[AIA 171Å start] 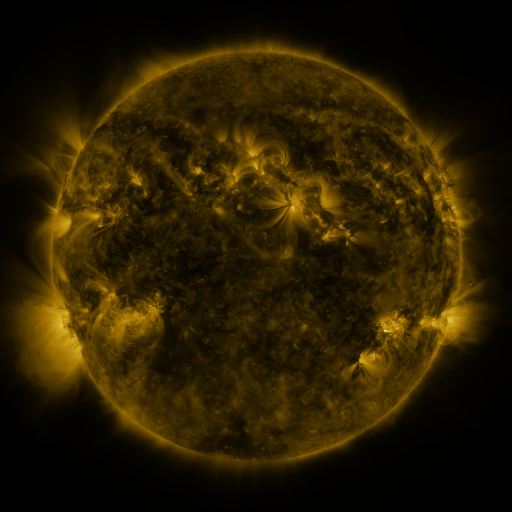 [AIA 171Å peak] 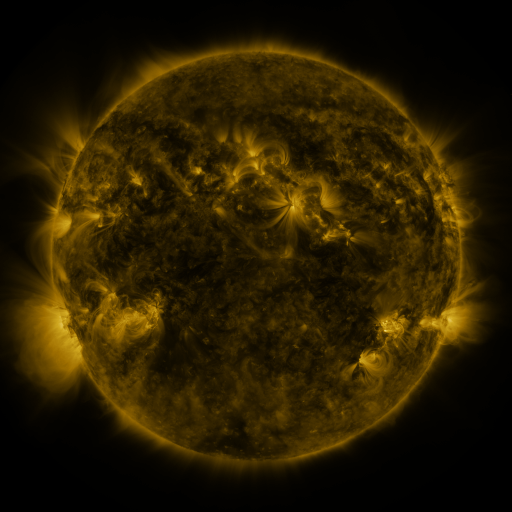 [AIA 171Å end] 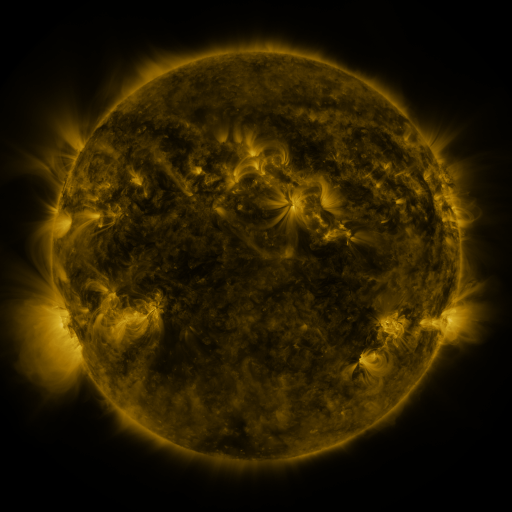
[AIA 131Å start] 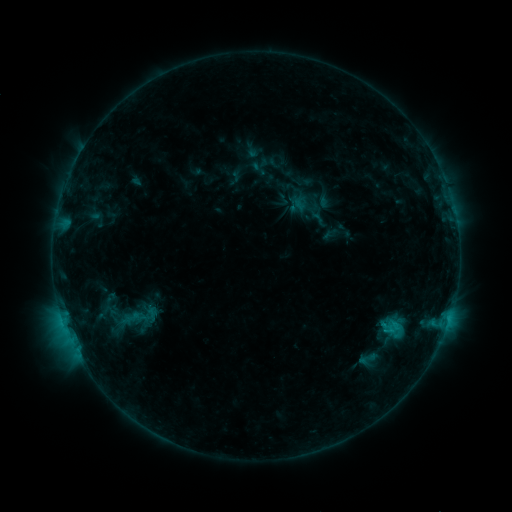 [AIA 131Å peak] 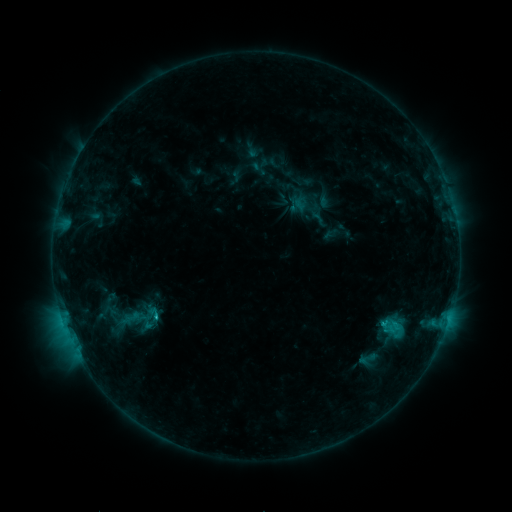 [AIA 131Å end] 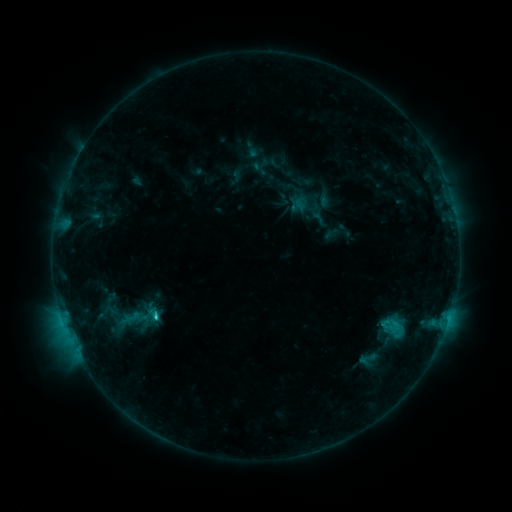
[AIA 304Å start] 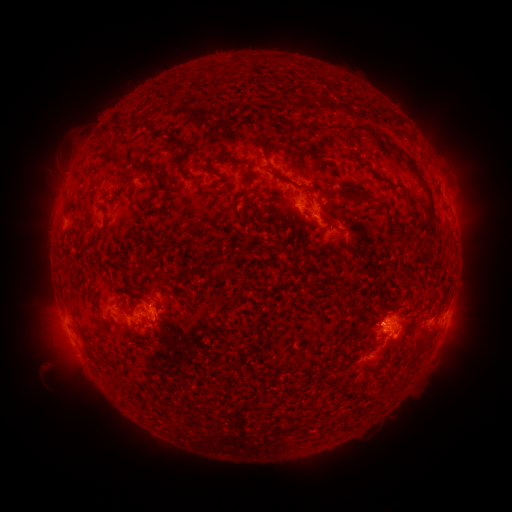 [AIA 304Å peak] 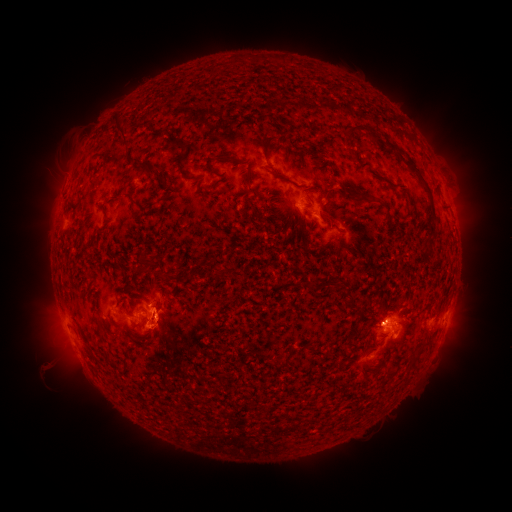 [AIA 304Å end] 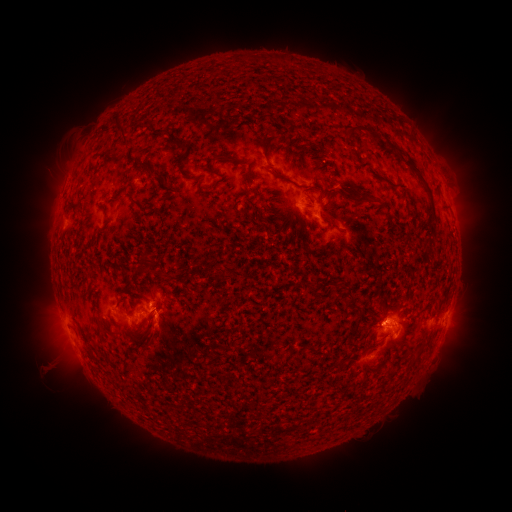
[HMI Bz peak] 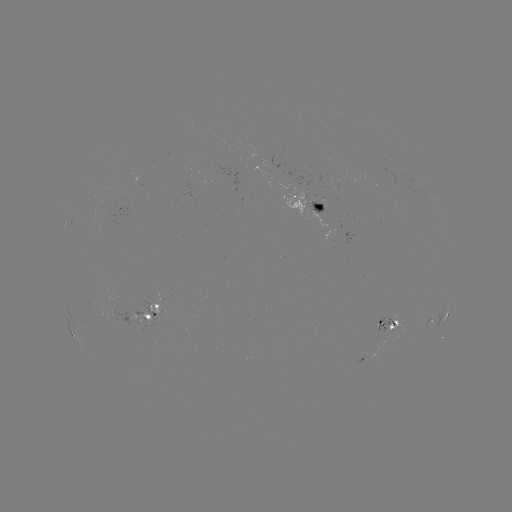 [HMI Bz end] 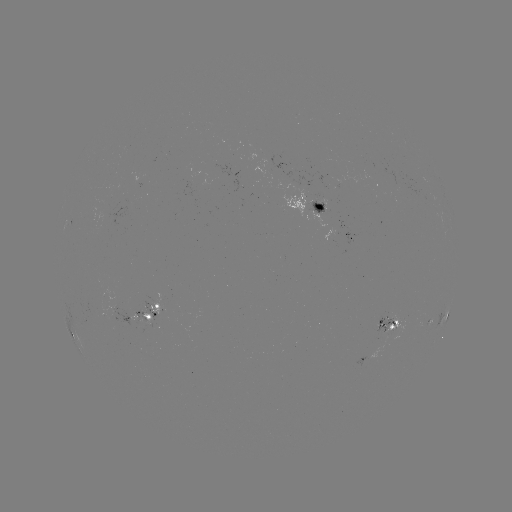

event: eruption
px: (158, 331)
